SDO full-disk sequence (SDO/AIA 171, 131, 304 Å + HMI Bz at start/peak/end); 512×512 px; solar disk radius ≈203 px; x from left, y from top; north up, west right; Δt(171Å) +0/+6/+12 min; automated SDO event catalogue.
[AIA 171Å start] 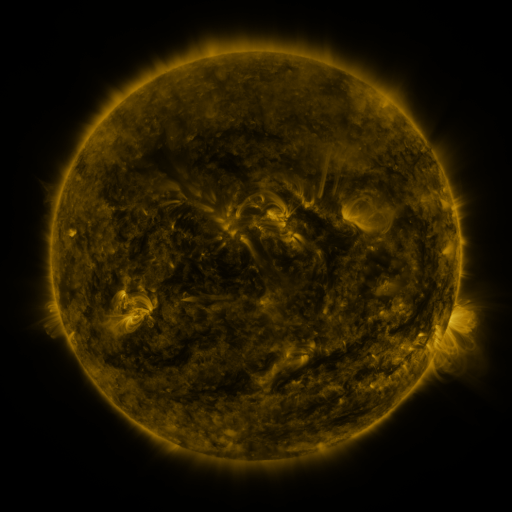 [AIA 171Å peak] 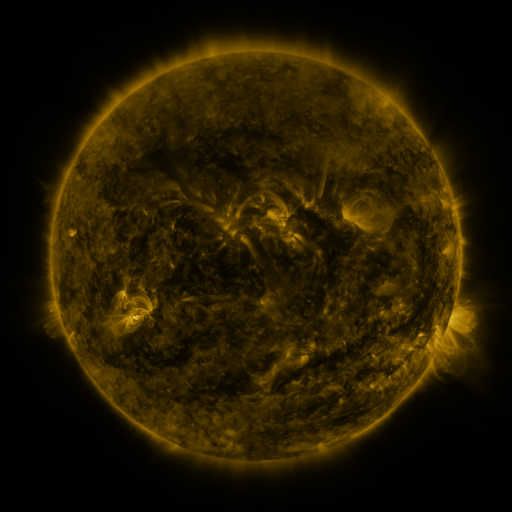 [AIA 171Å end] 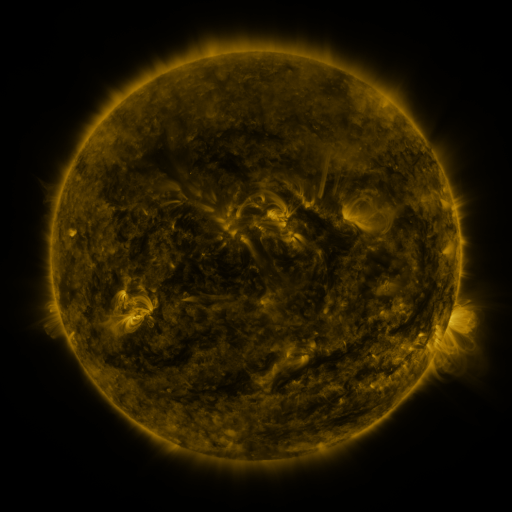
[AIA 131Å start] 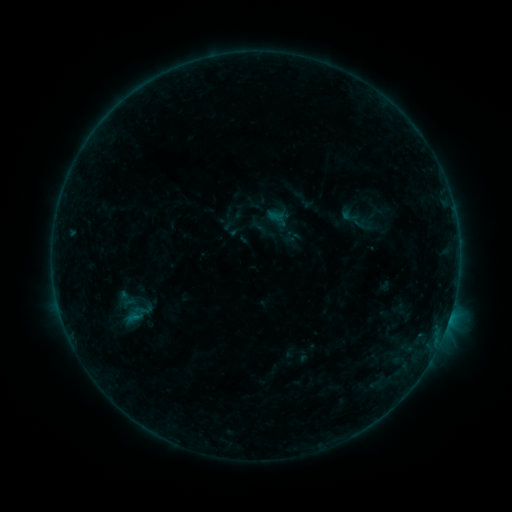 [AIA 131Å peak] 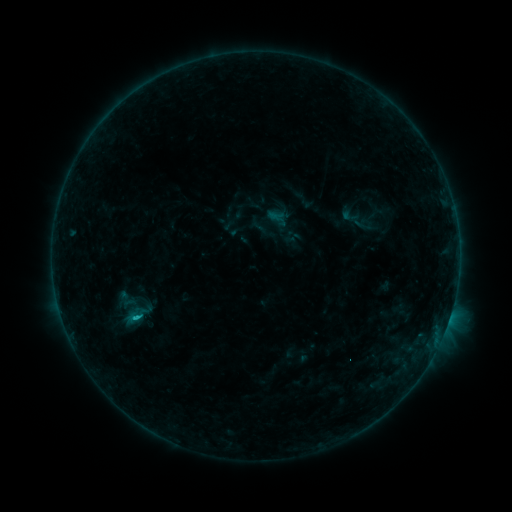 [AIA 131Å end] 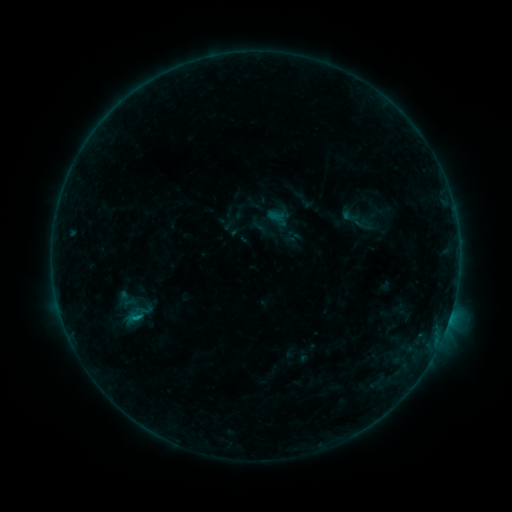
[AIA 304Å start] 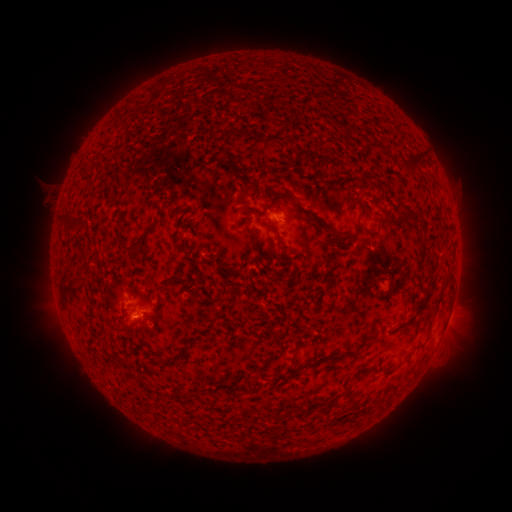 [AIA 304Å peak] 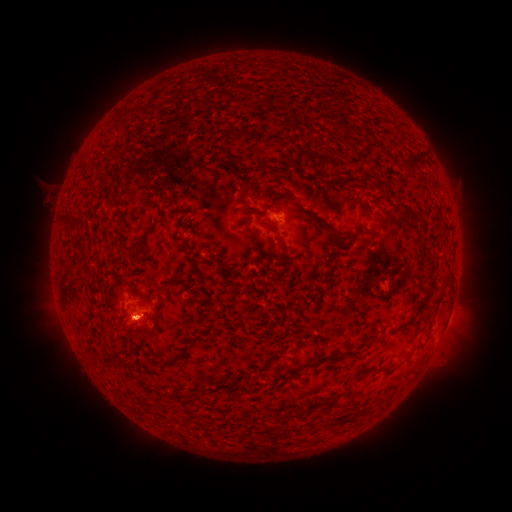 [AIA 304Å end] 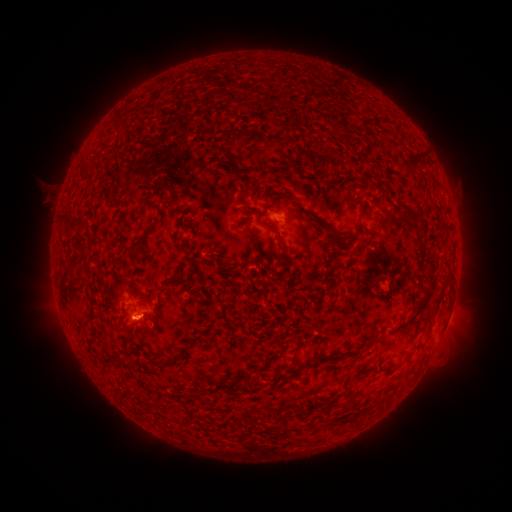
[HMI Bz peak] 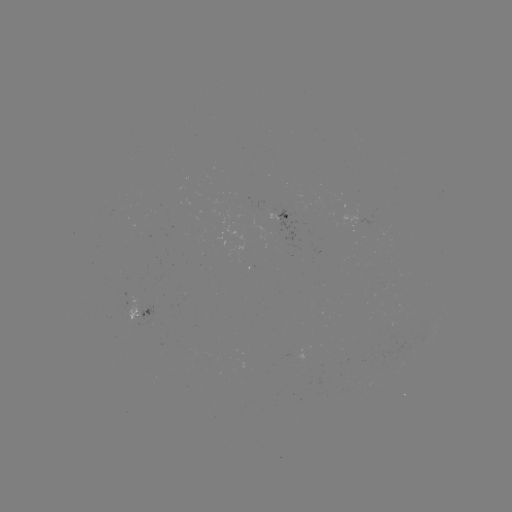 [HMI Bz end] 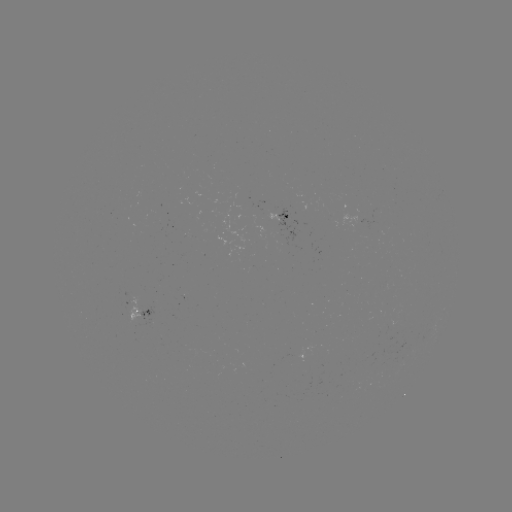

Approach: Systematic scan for B5.5 flare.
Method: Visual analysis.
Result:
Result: B5.5 flare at [138, 313].